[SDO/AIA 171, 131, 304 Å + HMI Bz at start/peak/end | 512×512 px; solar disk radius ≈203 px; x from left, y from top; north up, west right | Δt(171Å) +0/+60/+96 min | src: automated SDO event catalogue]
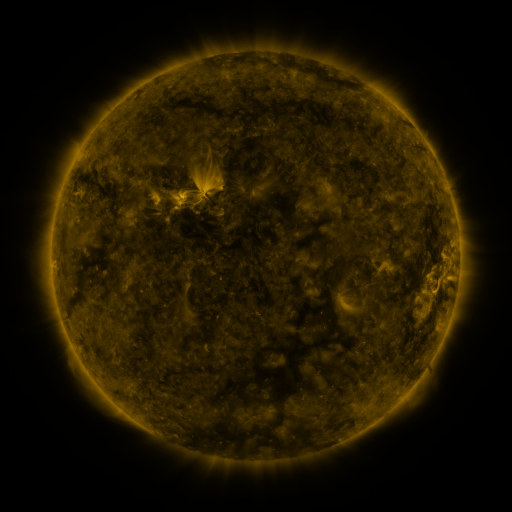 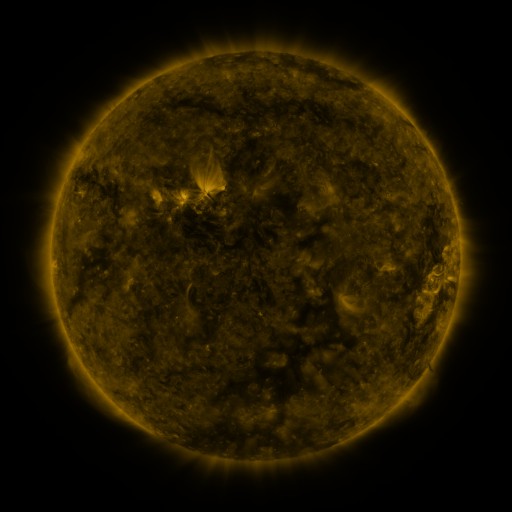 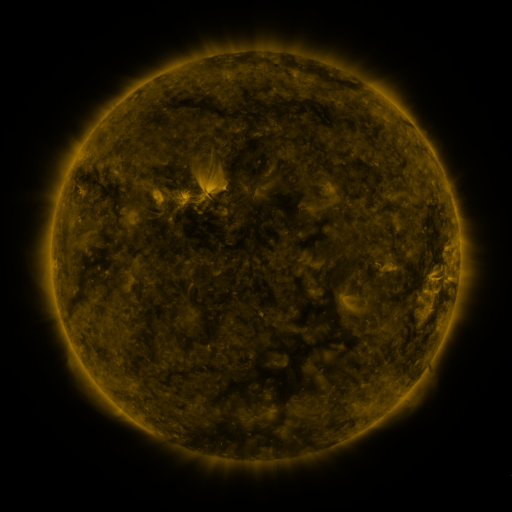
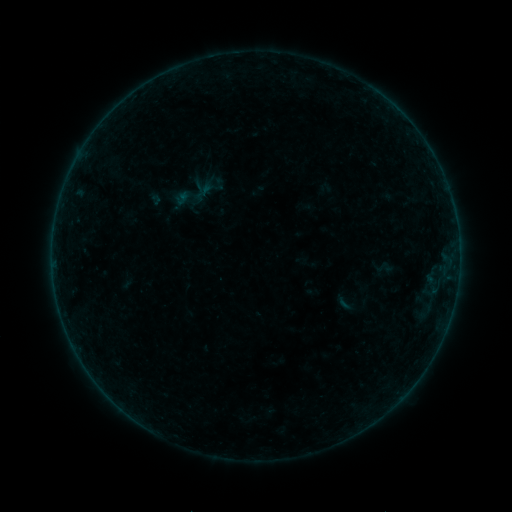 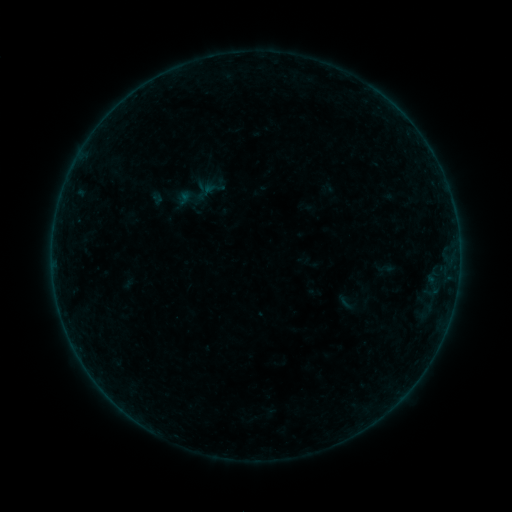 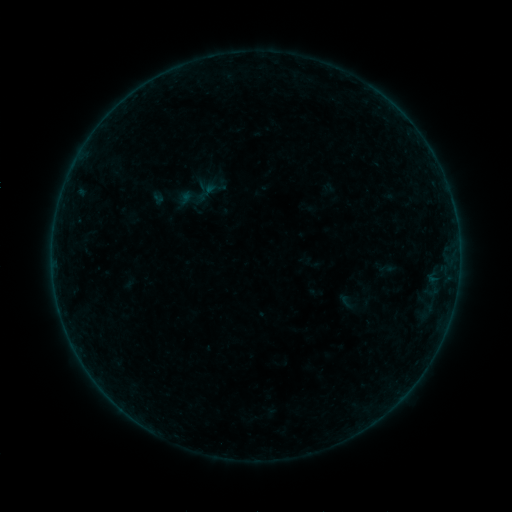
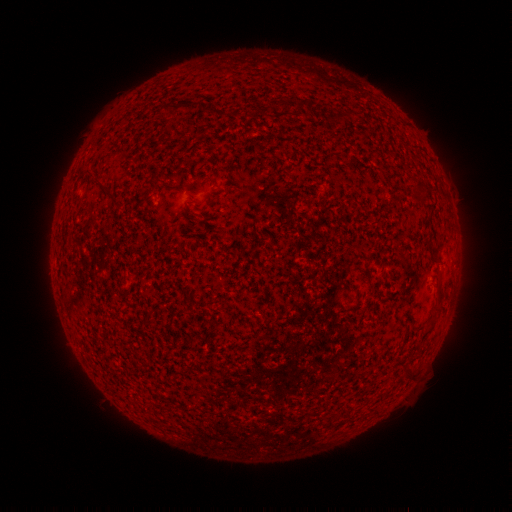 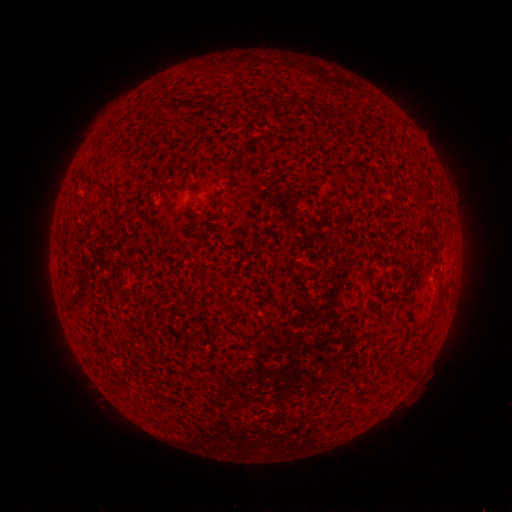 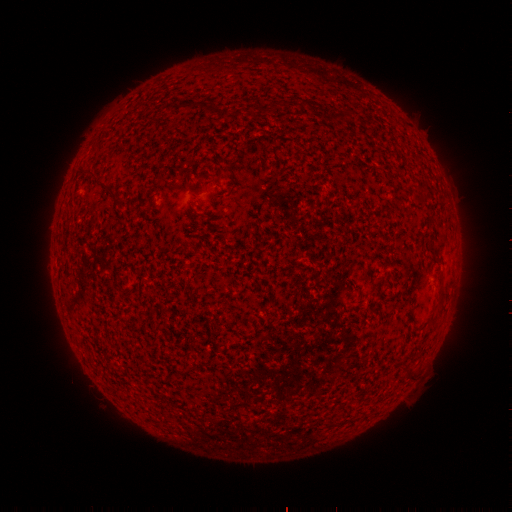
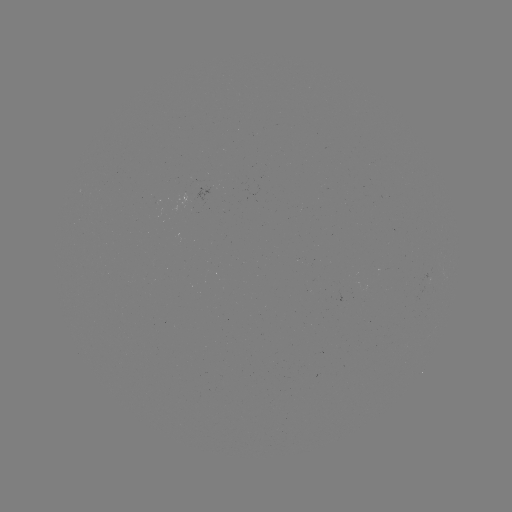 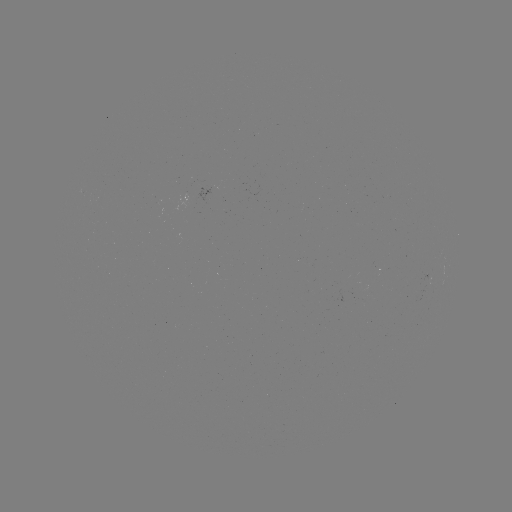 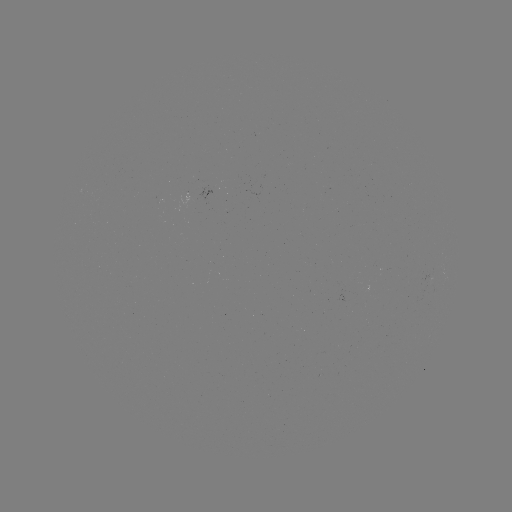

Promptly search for emerging-flux region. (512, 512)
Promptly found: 211,192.